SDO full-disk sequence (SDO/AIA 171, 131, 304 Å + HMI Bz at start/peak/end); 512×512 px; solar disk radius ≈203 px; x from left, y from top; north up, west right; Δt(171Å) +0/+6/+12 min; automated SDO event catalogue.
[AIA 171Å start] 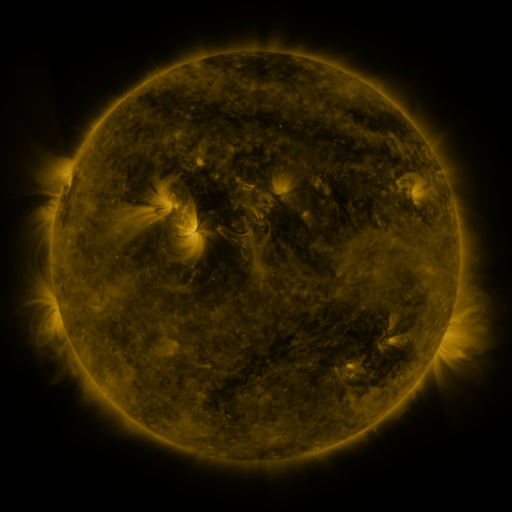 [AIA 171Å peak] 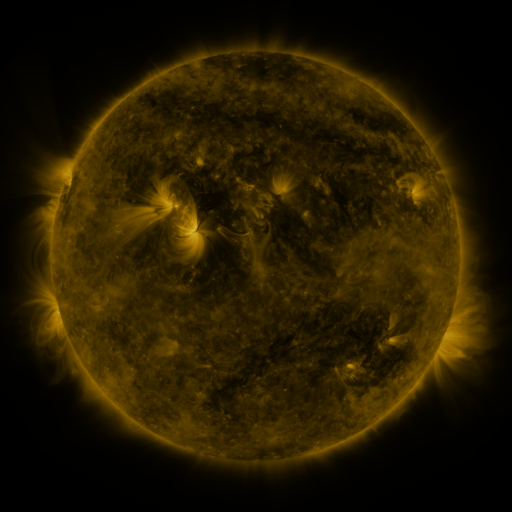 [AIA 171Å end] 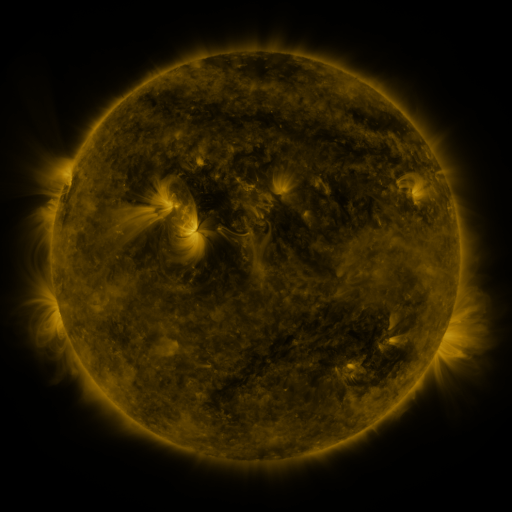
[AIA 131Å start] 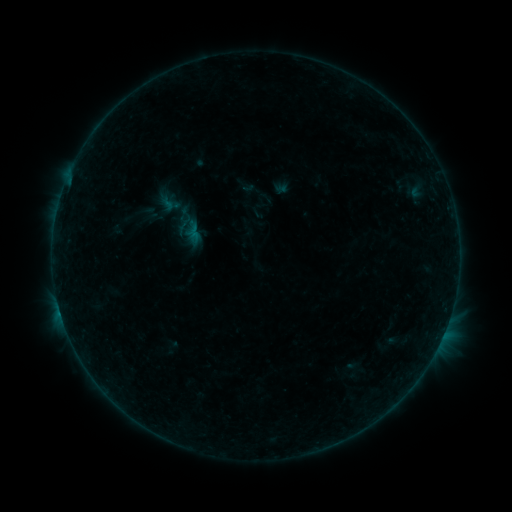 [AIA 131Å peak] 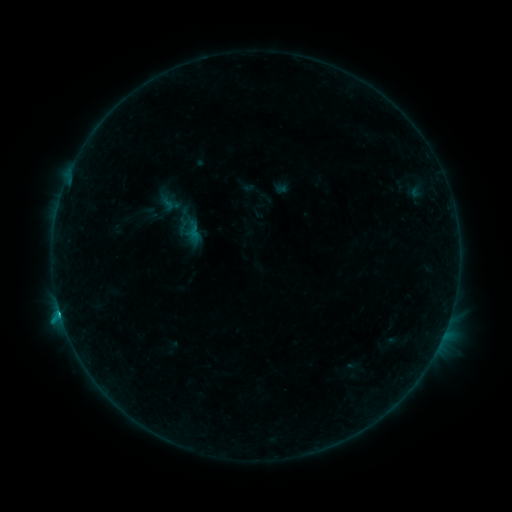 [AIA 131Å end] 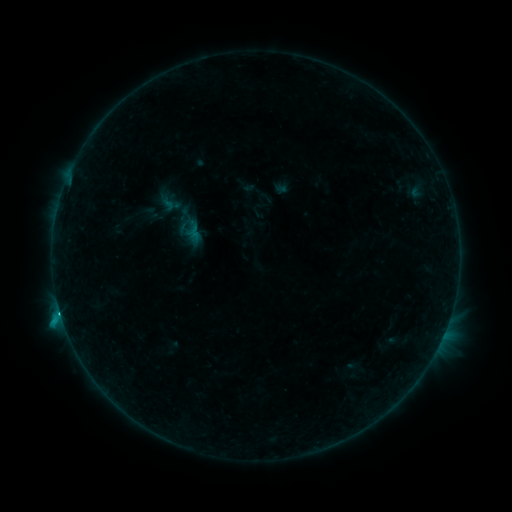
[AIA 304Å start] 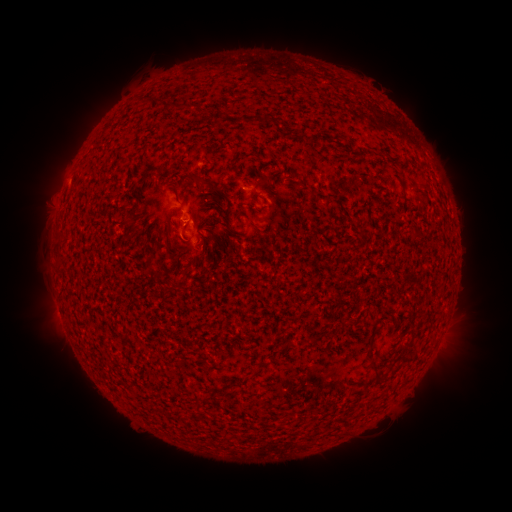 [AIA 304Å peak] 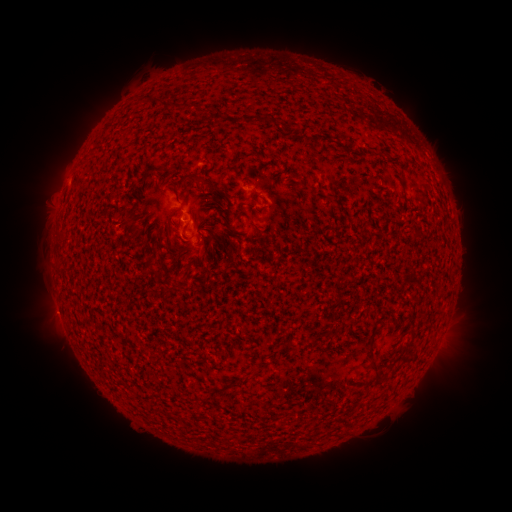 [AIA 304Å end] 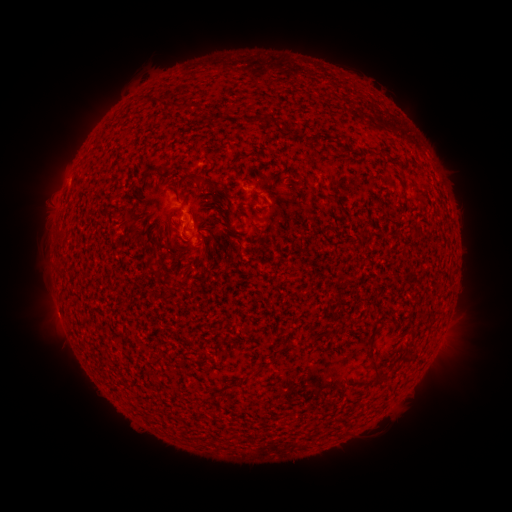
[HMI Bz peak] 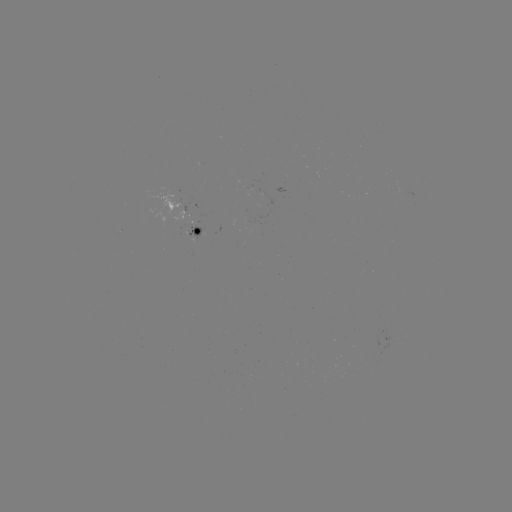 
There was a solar flare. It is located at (185, 222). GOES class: B8.9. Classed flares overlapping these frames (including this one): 1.